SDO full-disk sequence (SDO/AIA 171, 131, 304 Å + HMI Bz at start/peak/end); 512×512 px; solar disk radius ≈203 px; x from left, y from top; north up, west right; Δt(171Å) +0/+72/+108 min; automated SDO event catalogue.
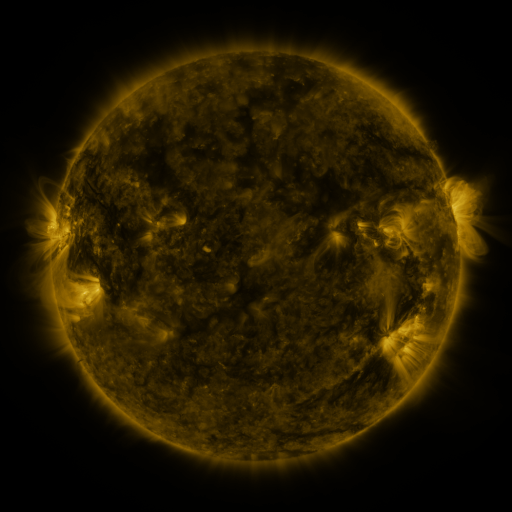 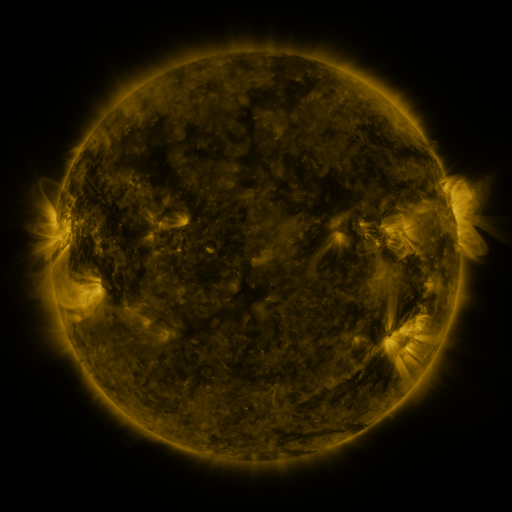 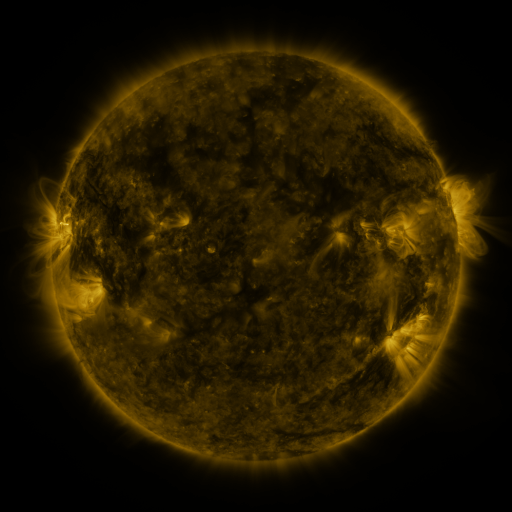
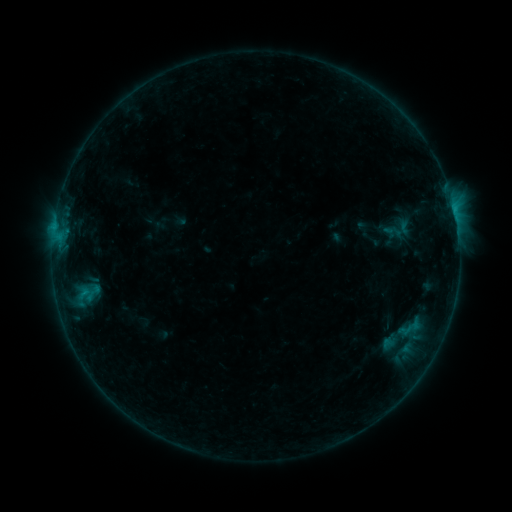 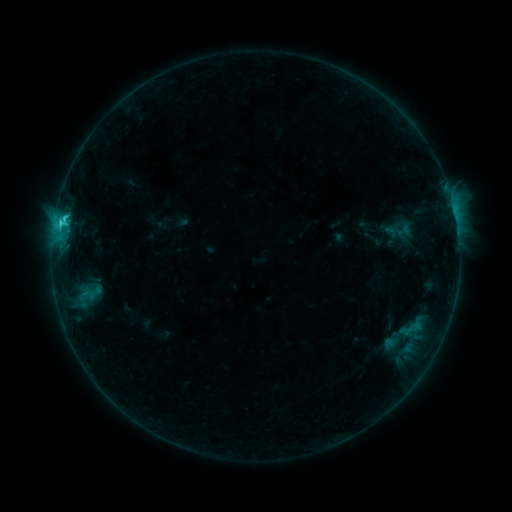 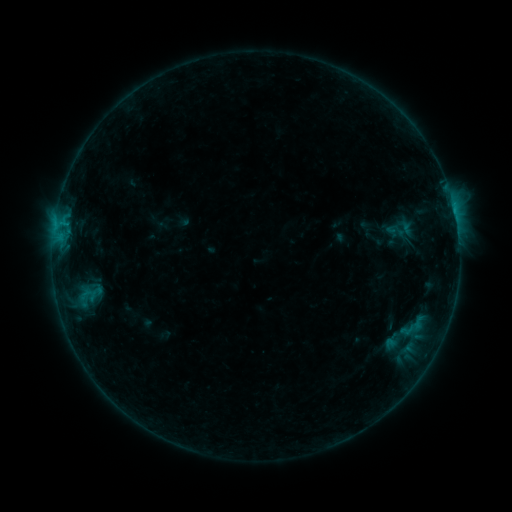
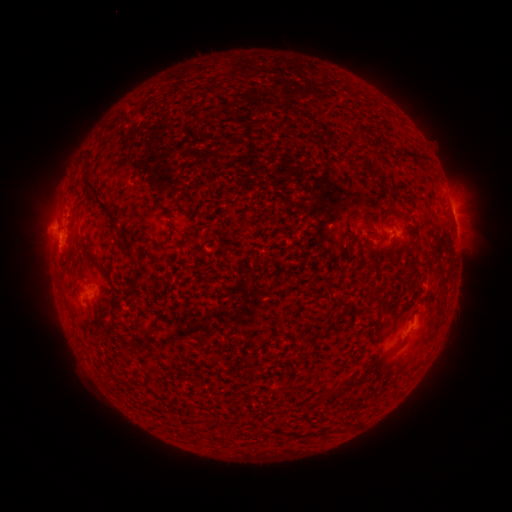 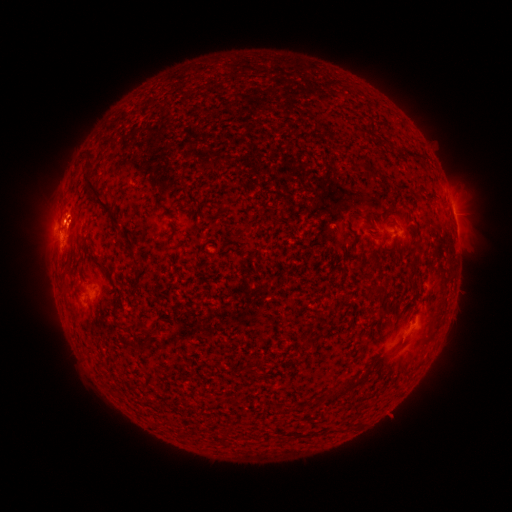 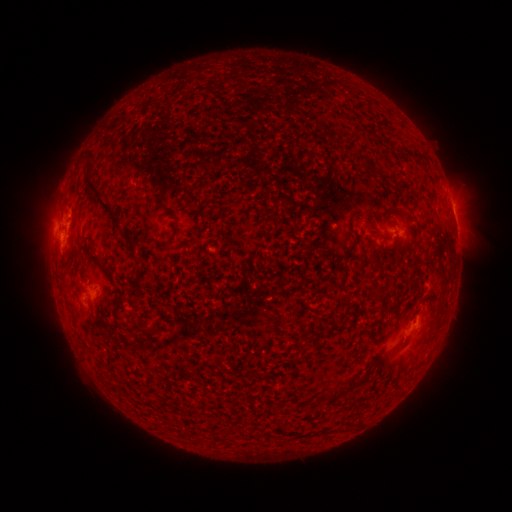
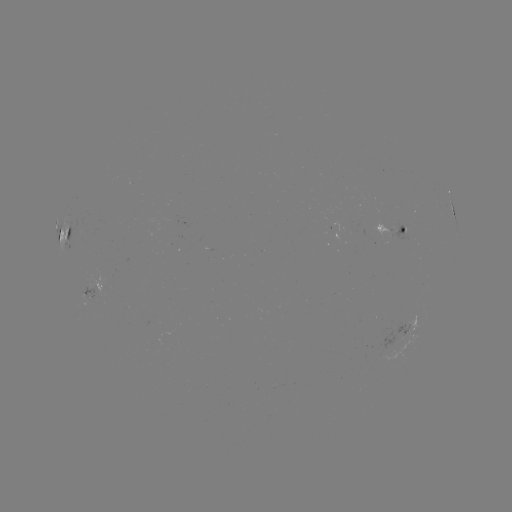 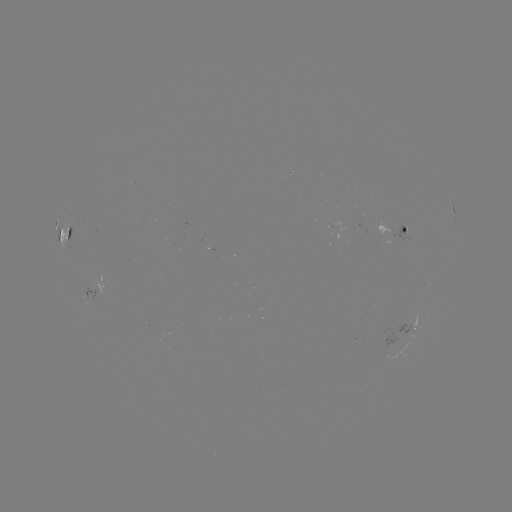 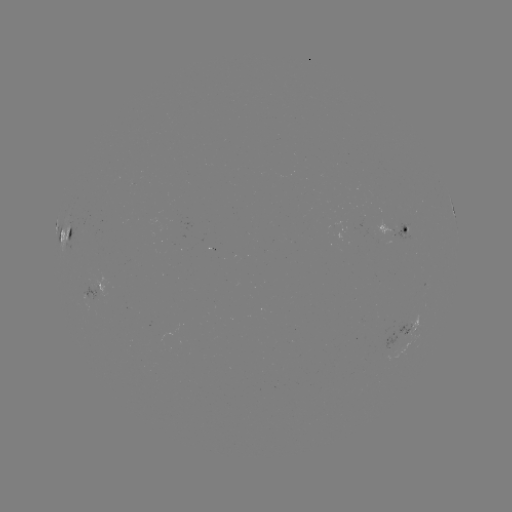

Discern emerging-flux region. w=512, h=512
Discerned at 397,233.